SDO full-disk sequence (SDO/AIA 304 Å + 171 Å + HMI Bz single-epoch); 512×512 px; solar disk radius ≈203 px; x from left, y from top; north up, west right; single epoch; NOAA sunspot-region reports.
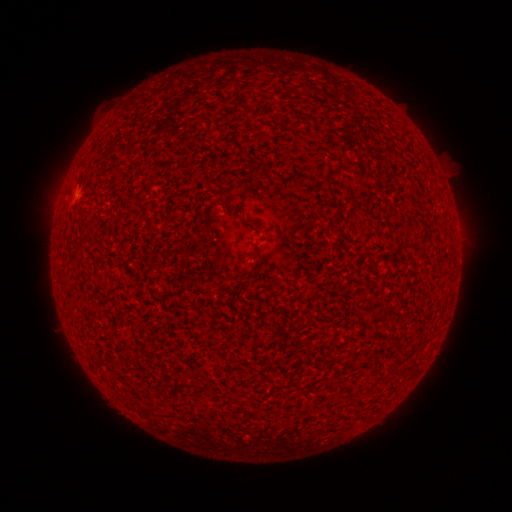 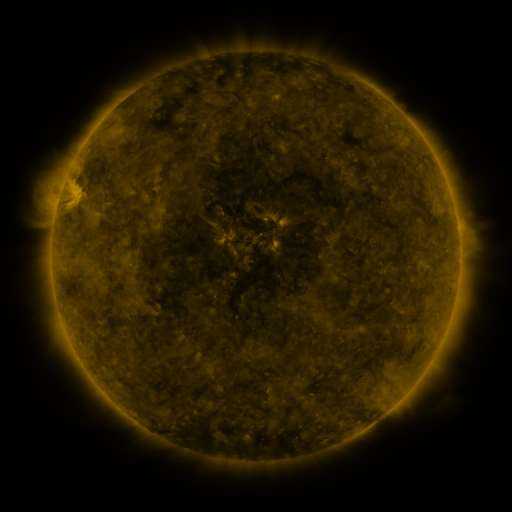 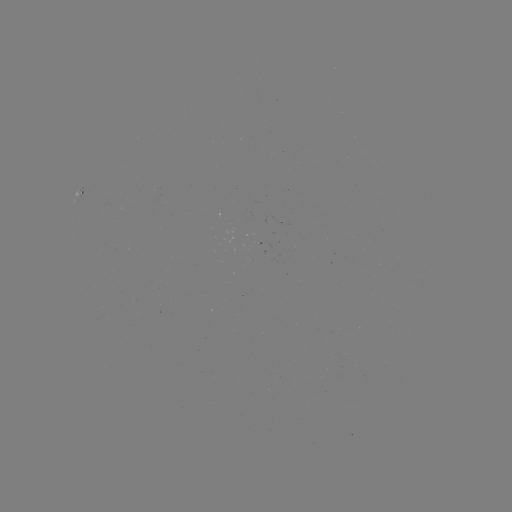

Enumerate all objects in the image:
(none)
